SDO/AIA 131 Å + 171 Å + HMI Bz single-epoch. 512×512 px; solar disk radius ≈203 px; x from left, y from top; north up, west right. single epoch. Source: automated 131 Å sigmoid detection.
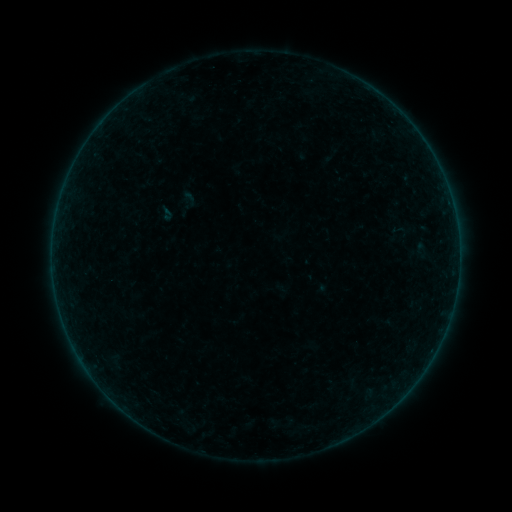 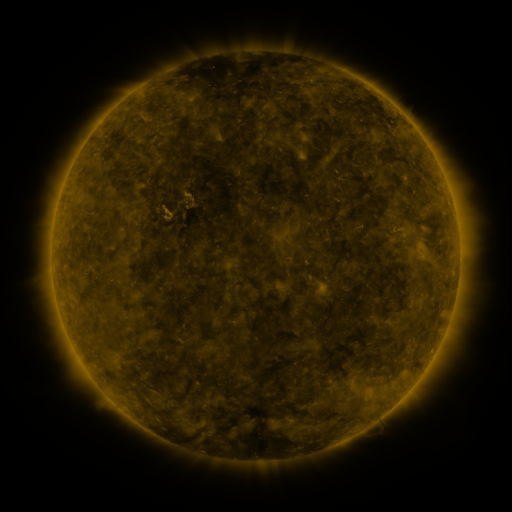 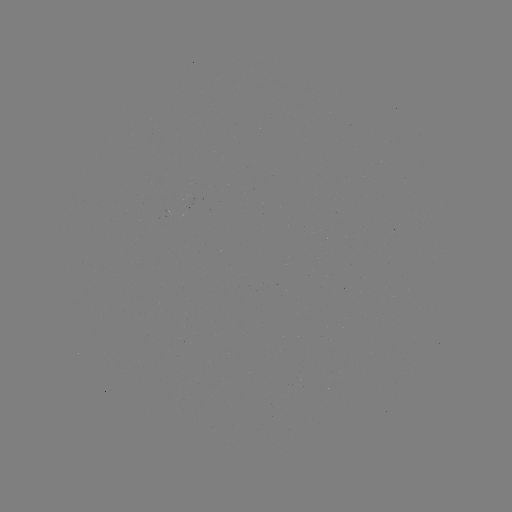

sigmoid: (171, 187, 203, 219)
